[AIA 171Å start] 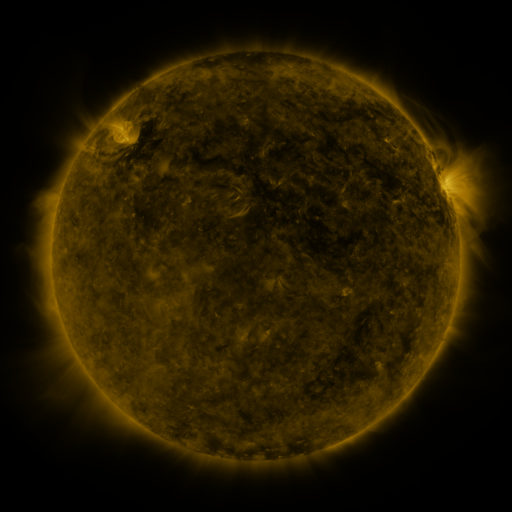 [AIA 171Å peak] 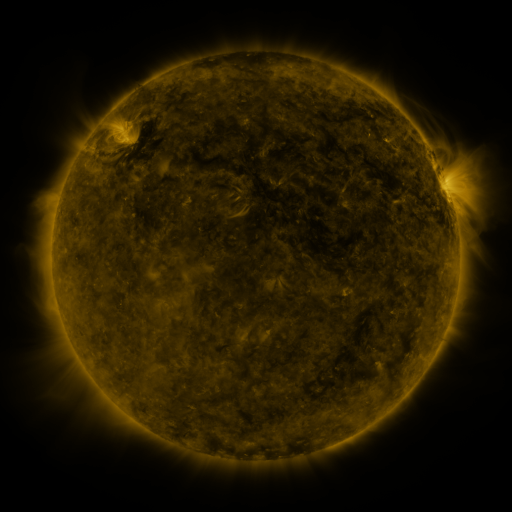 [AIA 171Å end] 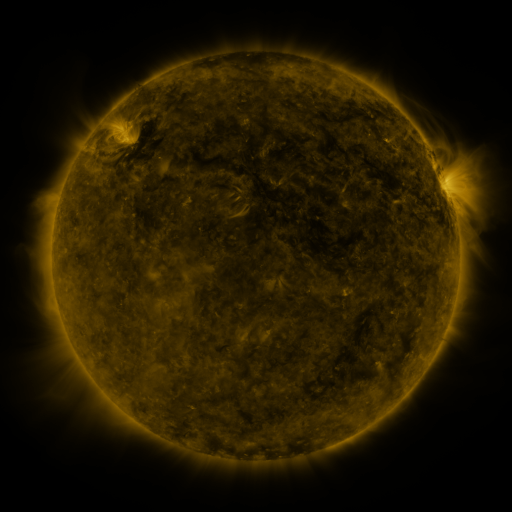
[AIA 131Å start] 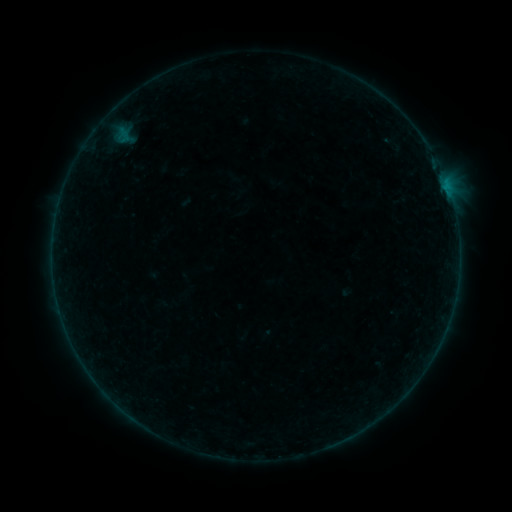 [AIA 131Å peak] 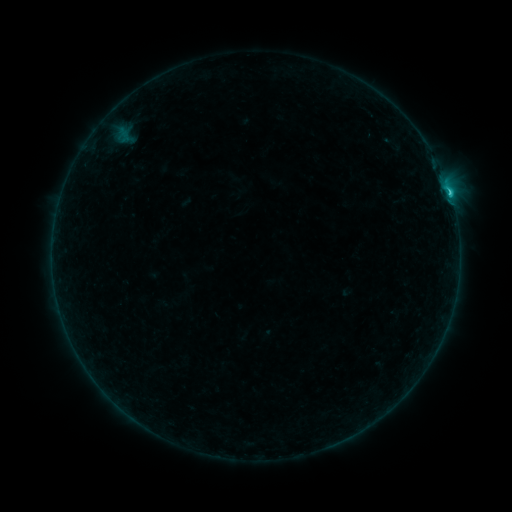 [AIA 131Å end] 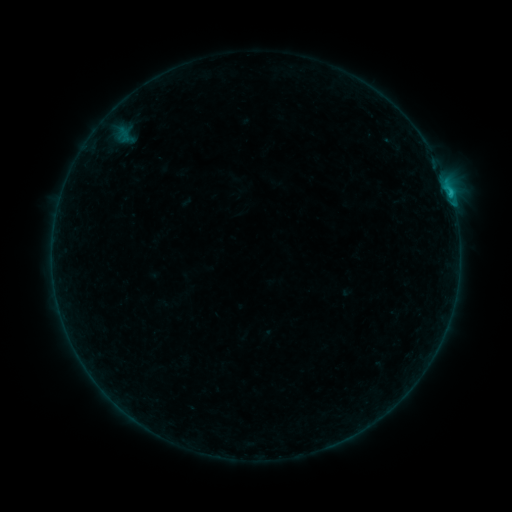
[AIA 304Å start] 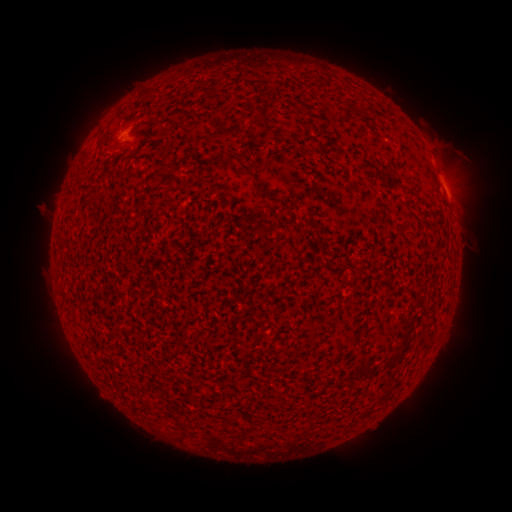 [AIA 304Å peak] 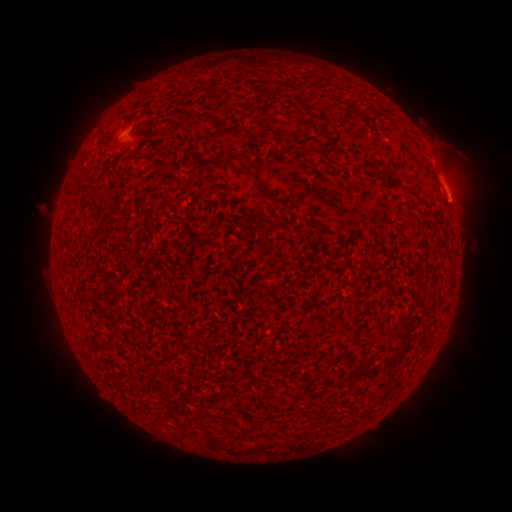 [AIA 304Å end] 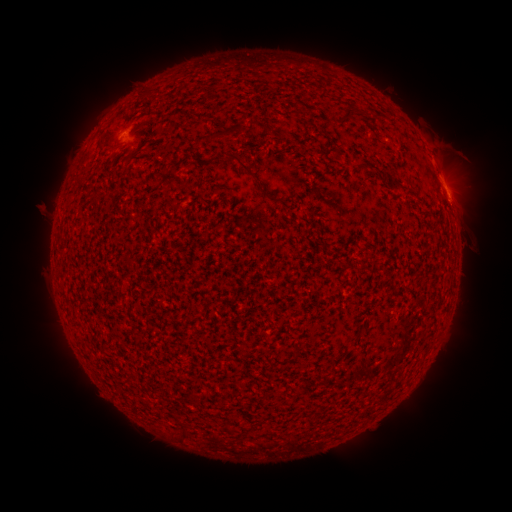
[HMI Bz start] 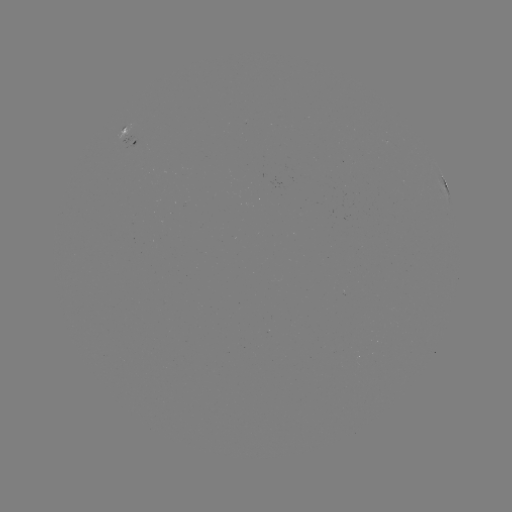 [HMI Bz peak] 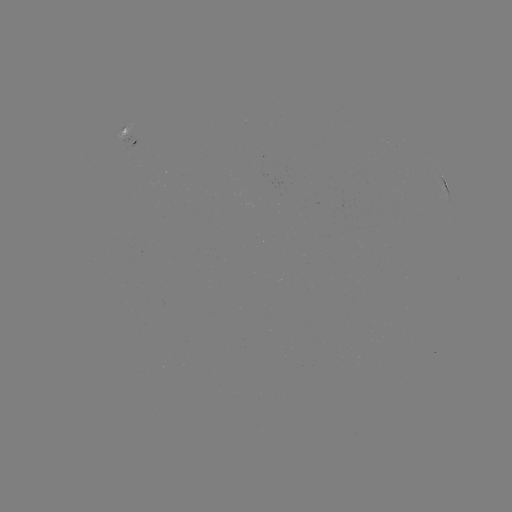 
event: flare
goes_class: C1.1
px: (450, 197)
